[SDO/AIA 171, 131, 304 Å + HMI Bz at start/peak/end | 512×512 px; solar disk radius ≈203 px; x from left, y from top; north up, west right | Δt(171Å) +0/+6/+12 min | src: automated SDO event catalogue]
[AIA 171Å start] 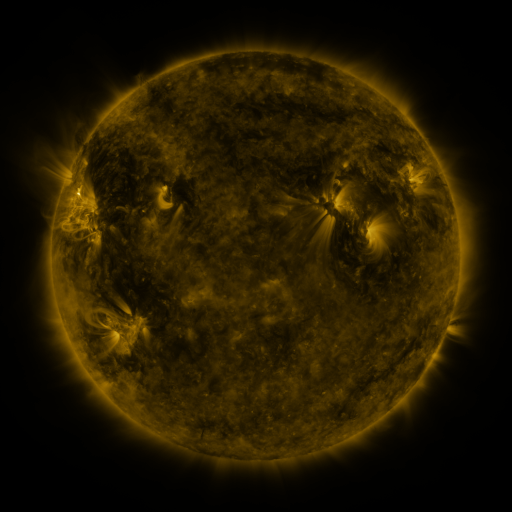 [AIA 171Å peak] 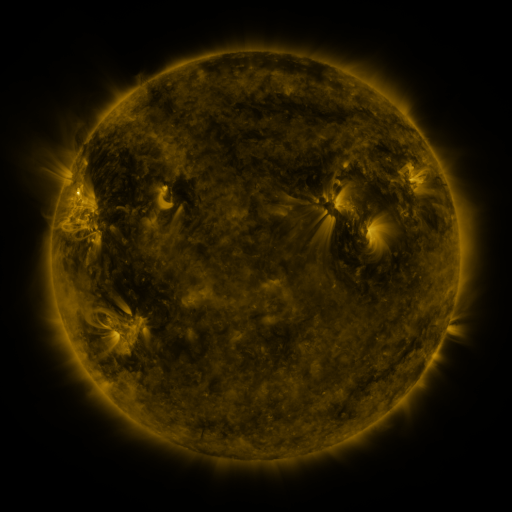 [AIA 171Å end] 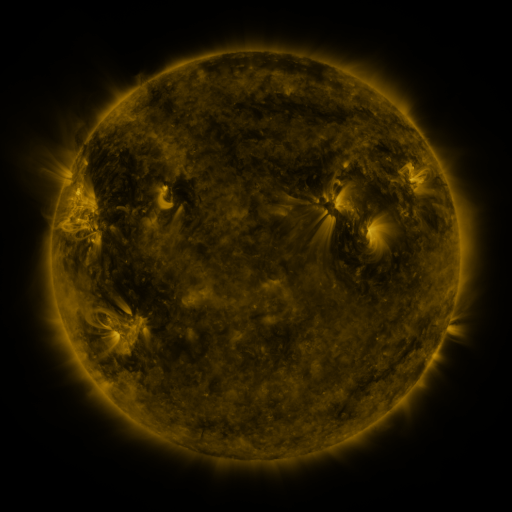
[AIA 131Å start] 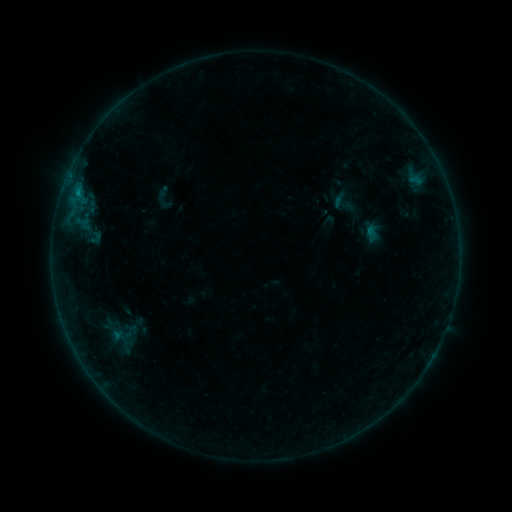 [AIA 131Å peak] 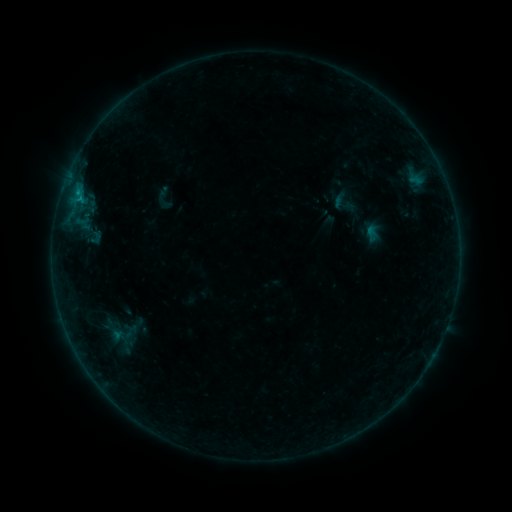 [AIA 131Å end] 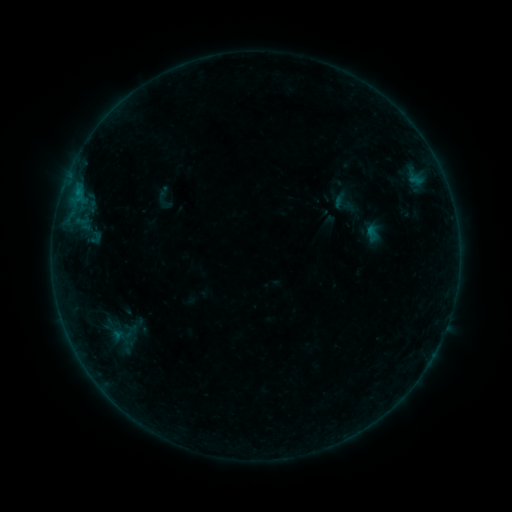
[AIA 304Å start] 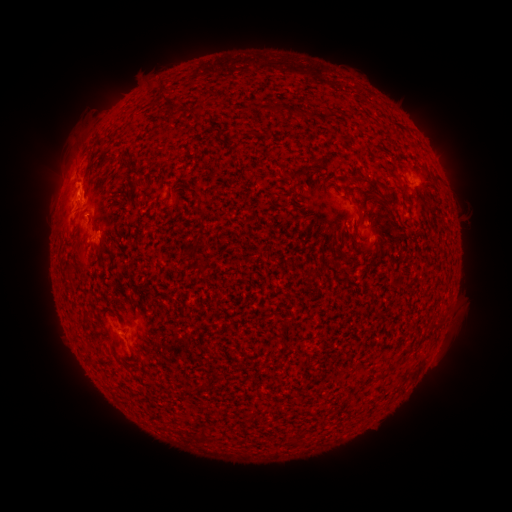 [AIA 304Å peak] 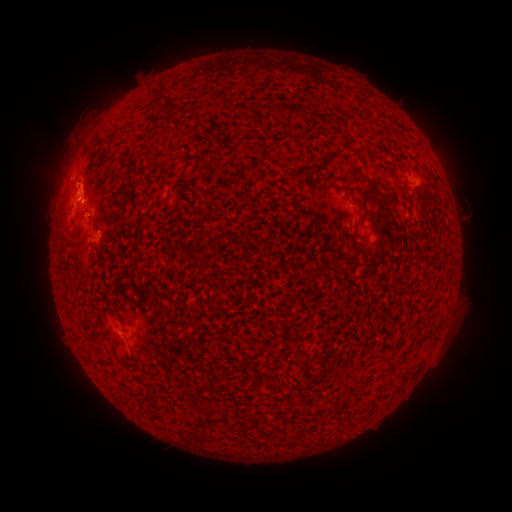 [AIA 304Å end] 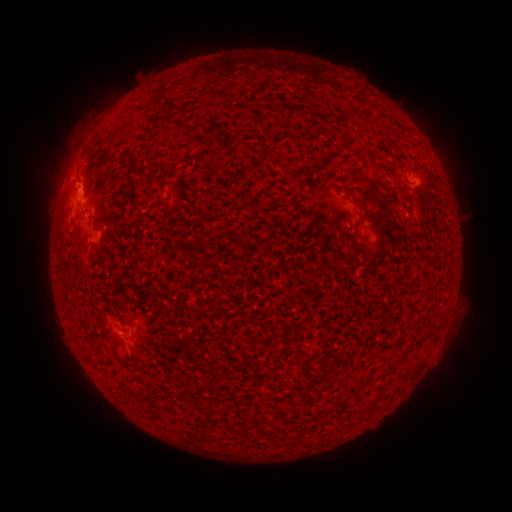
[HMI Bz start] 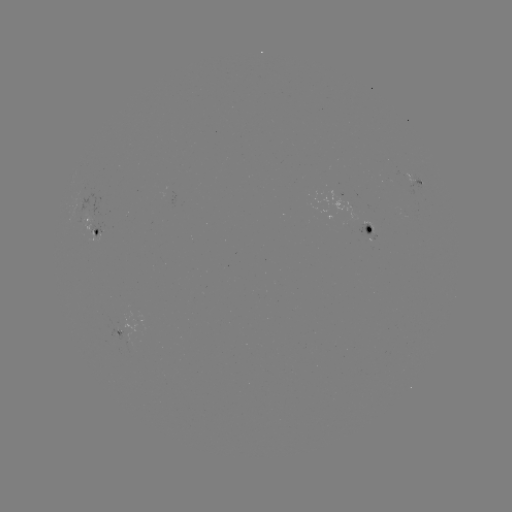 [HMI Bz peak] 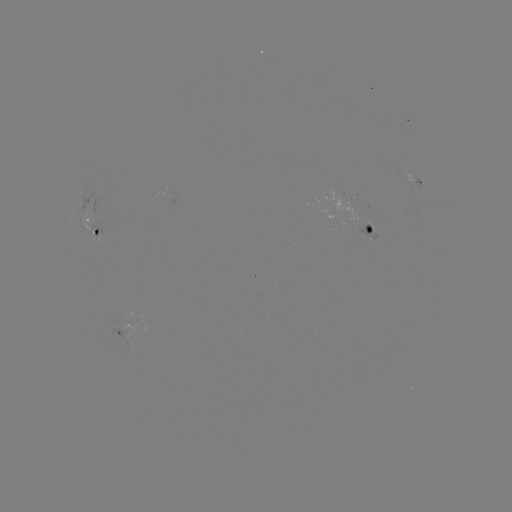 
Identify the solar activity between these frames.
B4.5 flare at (84, 195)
